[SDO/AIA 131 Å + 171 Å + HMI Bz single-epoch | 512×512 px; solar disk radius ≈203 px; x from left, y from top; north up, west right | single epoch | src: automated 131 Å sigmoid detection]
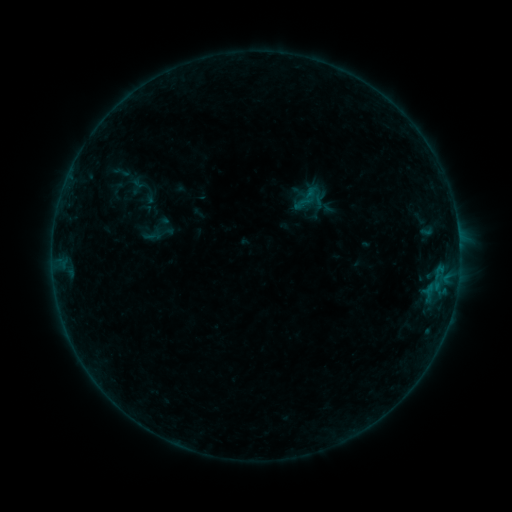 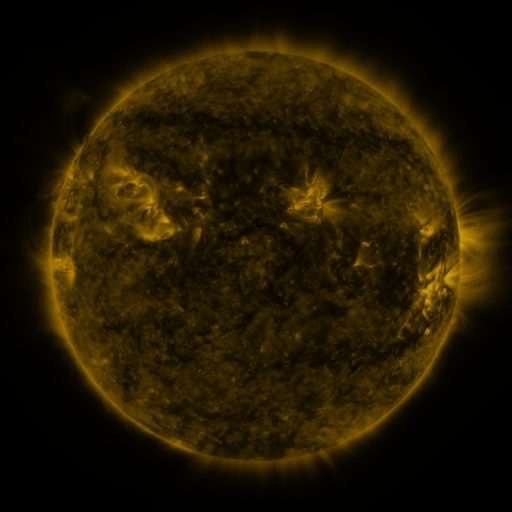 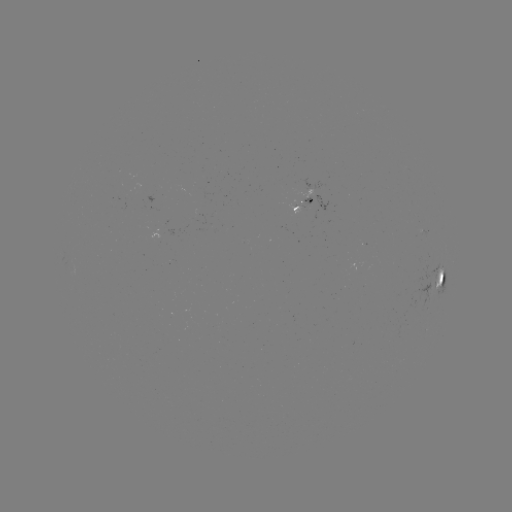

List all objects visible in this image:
sigmoid: <bbox>112, 163, 131, 181</bbox>
sigmoid: <bbox>144, 225, 165, 245</bbox>
